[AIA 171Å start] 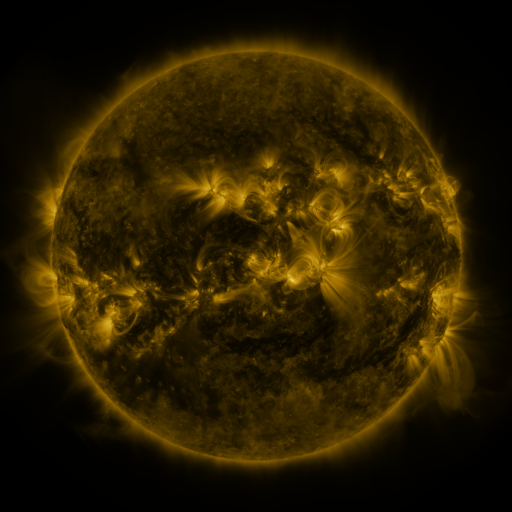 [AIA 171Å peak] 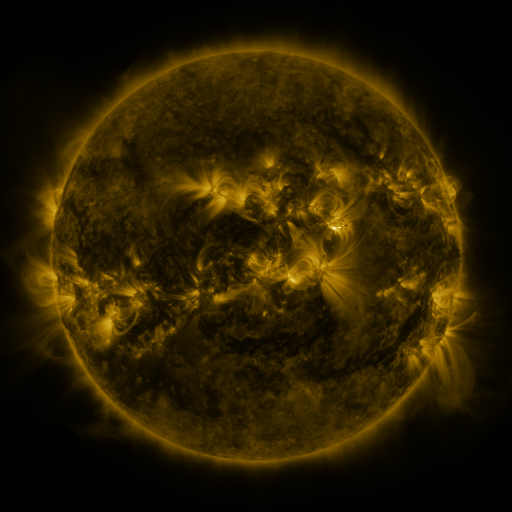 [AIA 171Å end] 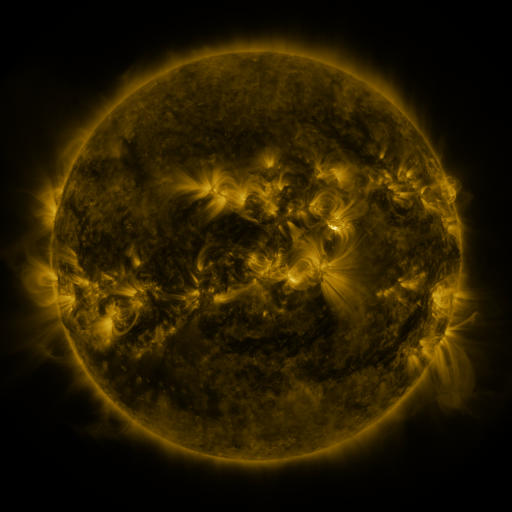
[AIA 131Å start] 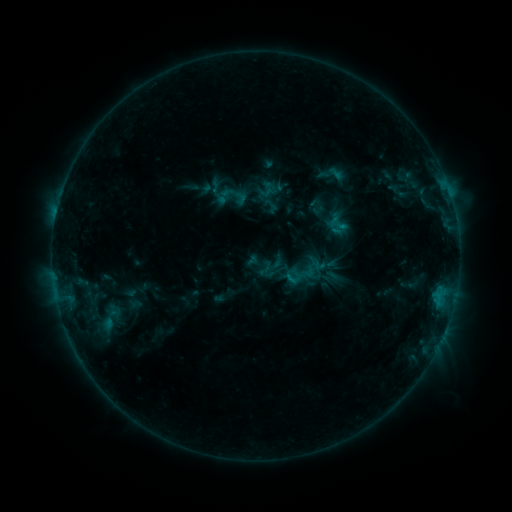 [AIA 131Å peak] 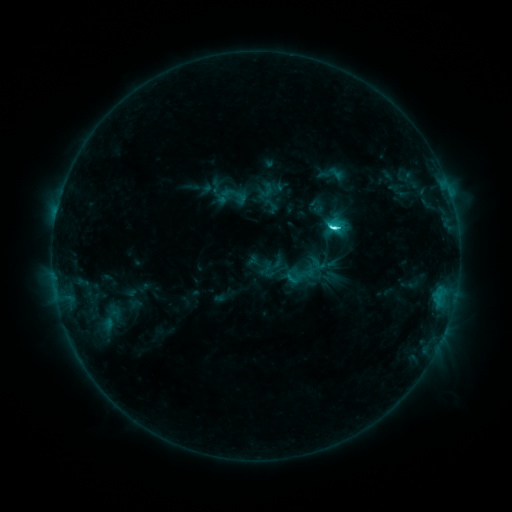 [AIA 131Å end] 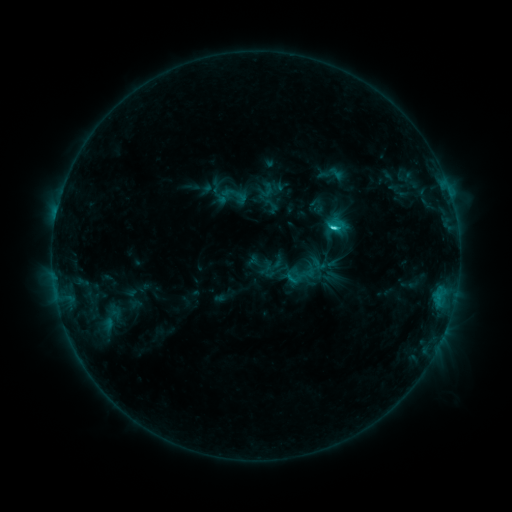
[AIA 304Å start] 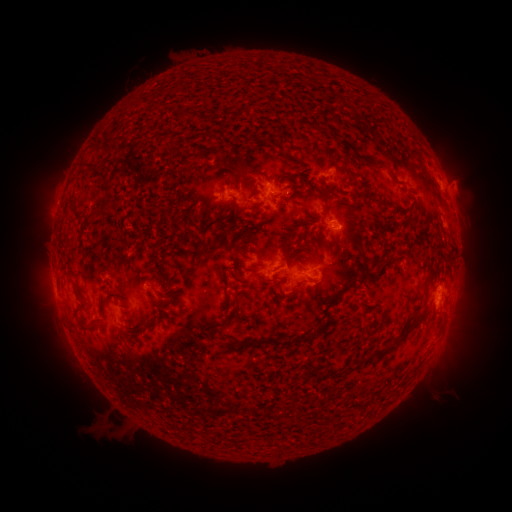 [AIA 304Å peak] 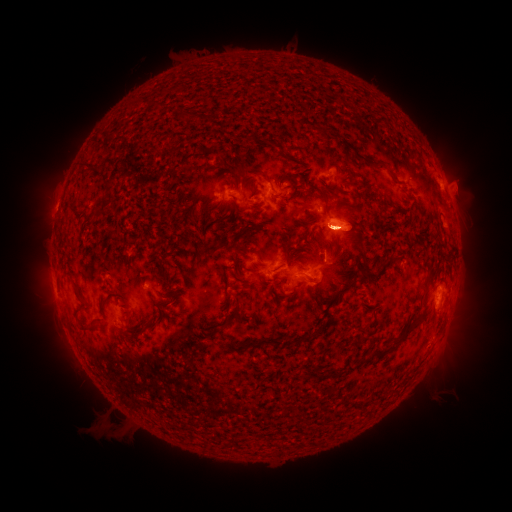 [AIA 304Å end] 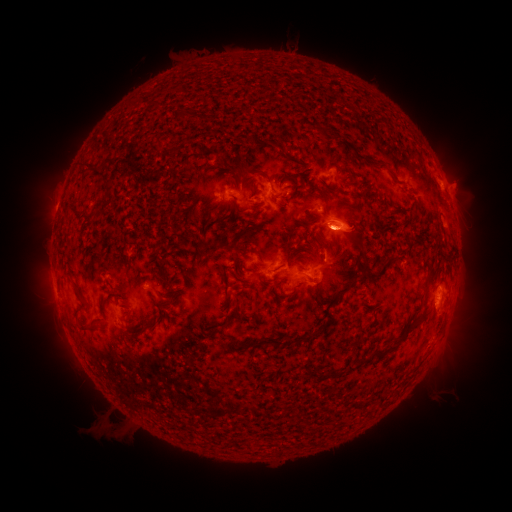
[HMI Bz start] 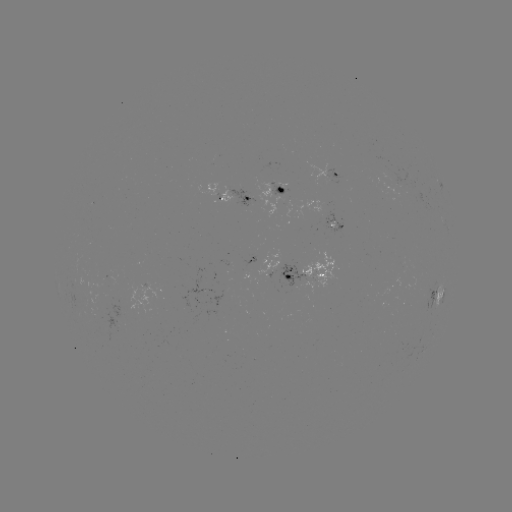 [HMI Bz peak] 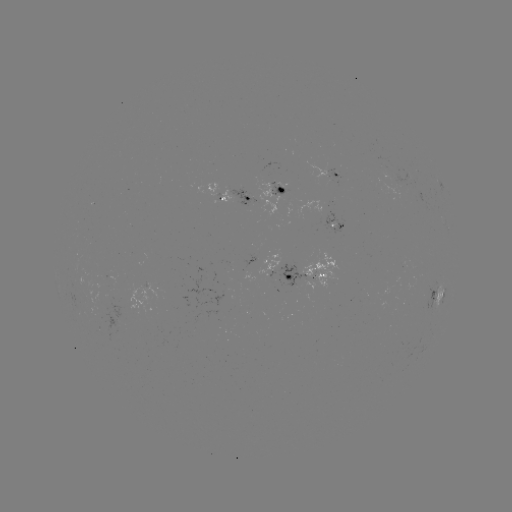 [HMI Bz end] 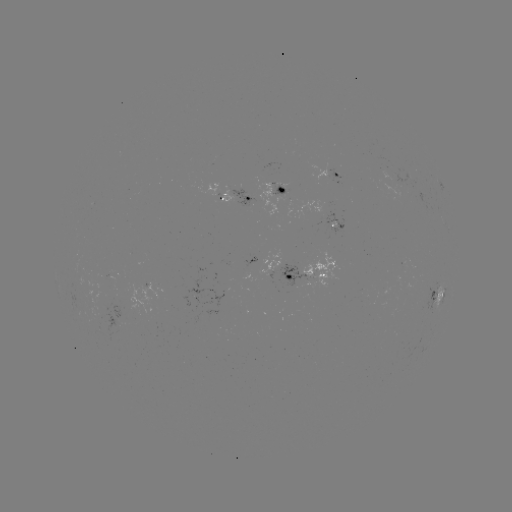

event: flare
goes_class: C3.8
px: (332, 228)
